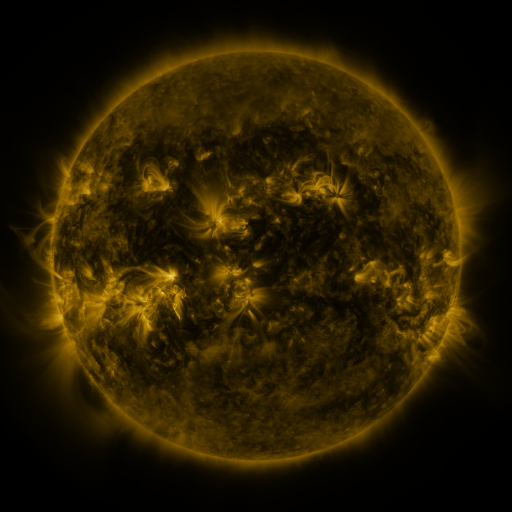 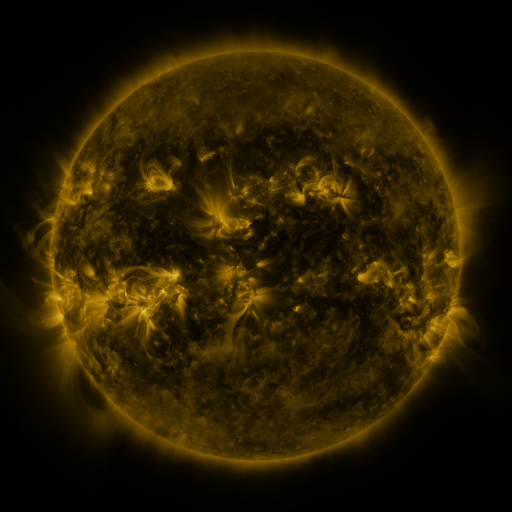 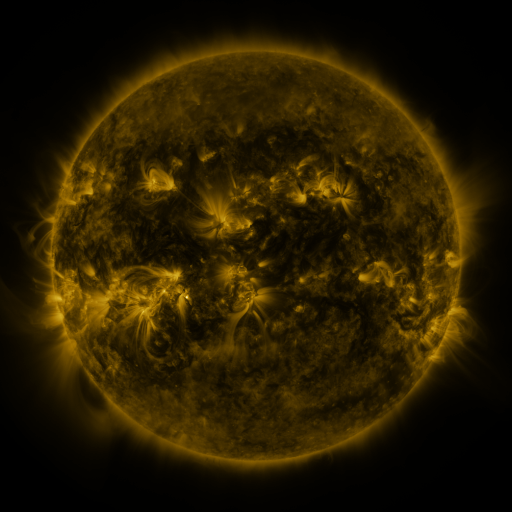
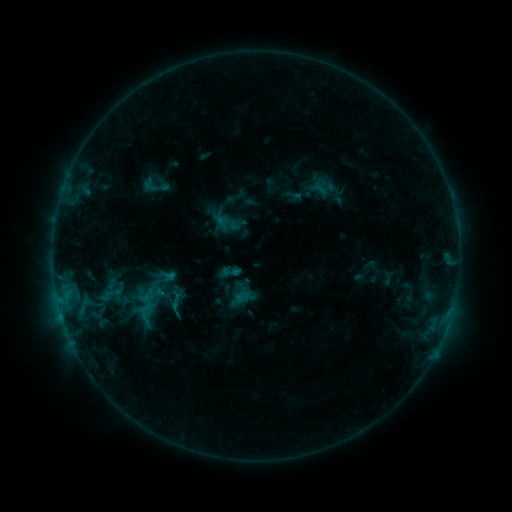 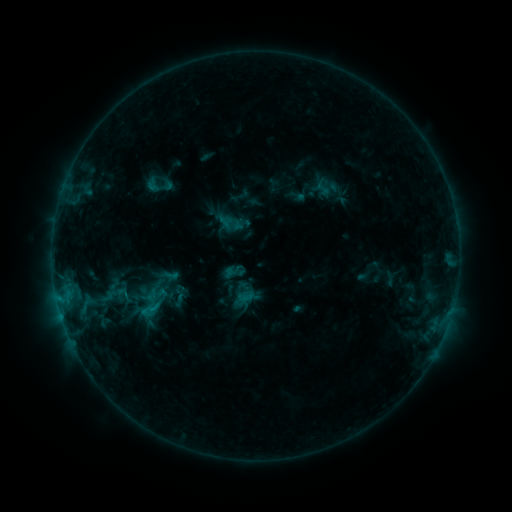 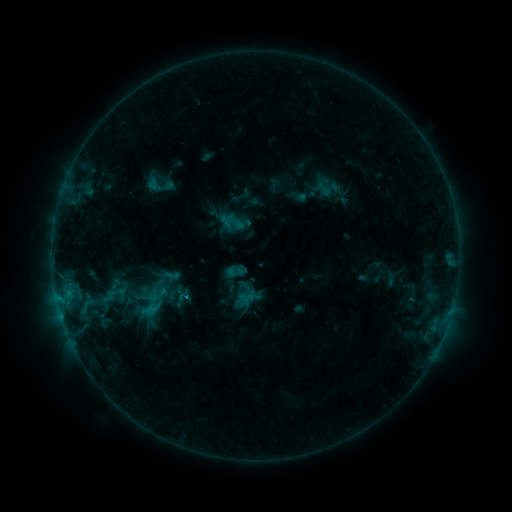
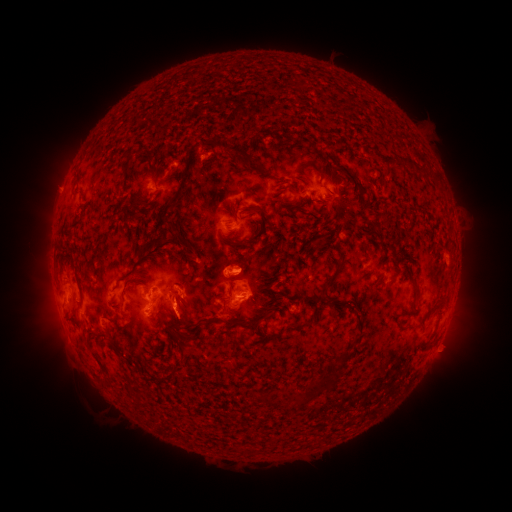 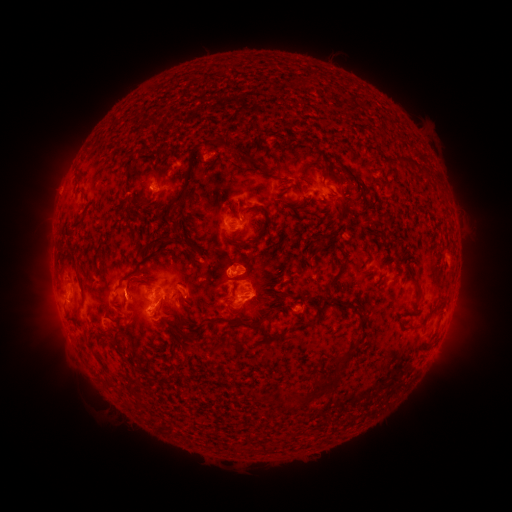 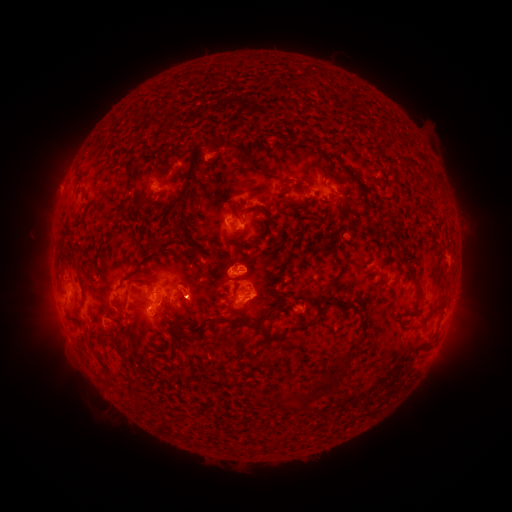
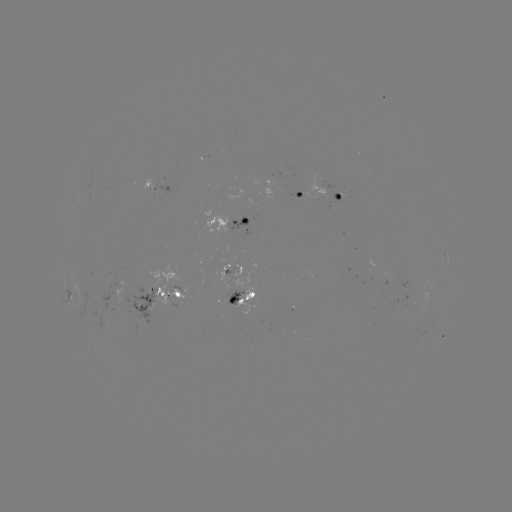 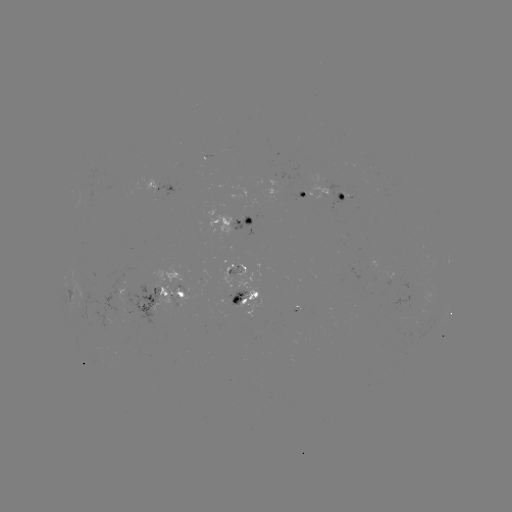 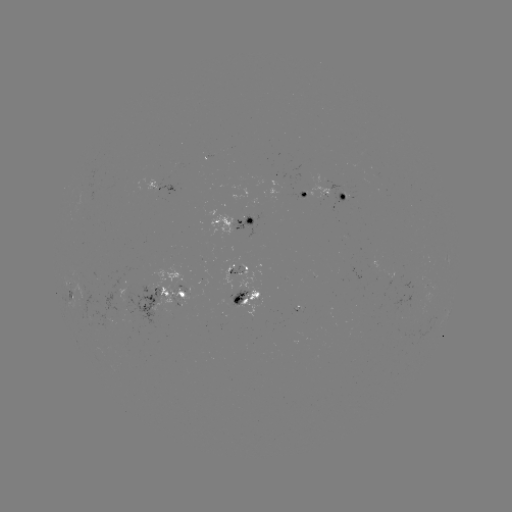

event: emerging-flux region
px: (242, 221)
